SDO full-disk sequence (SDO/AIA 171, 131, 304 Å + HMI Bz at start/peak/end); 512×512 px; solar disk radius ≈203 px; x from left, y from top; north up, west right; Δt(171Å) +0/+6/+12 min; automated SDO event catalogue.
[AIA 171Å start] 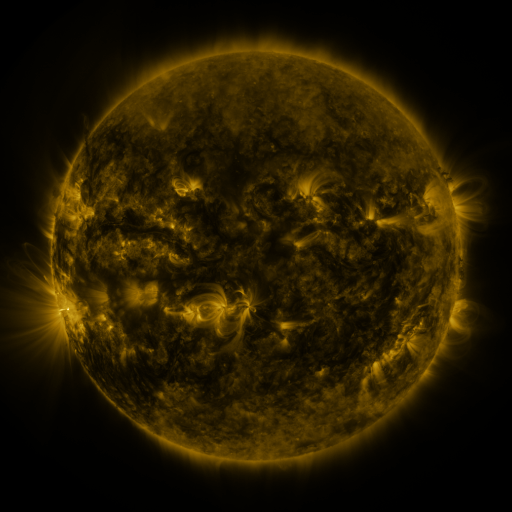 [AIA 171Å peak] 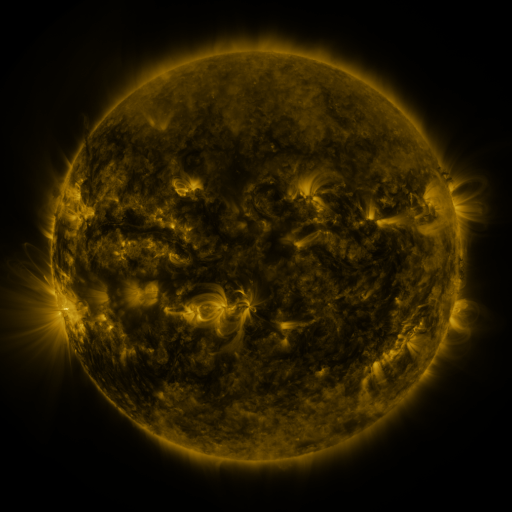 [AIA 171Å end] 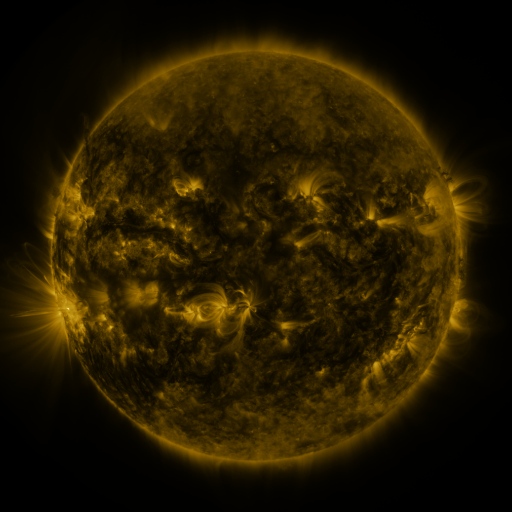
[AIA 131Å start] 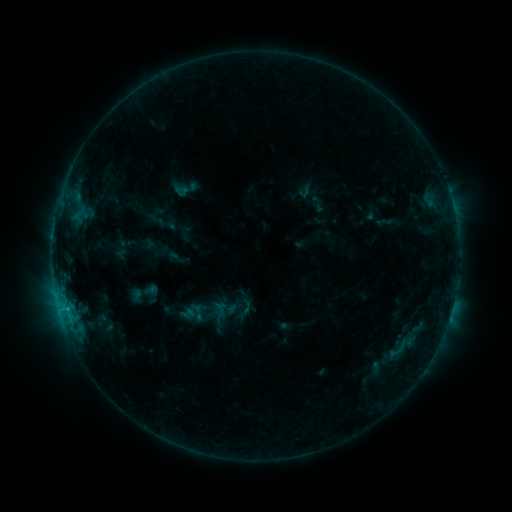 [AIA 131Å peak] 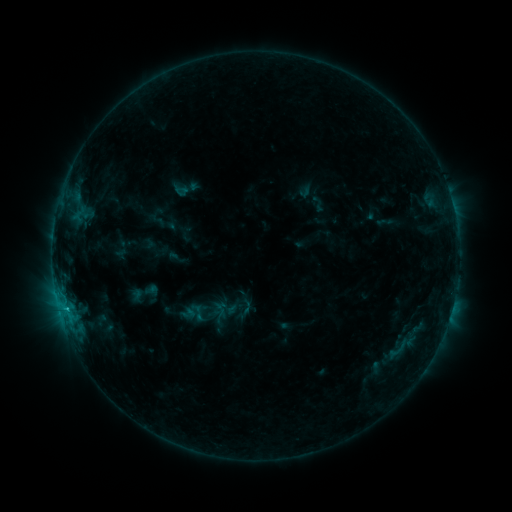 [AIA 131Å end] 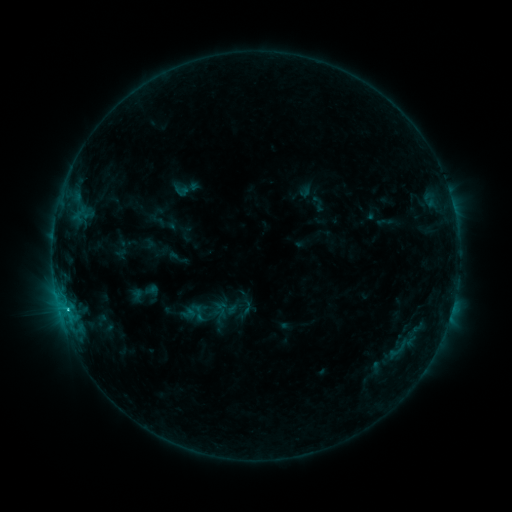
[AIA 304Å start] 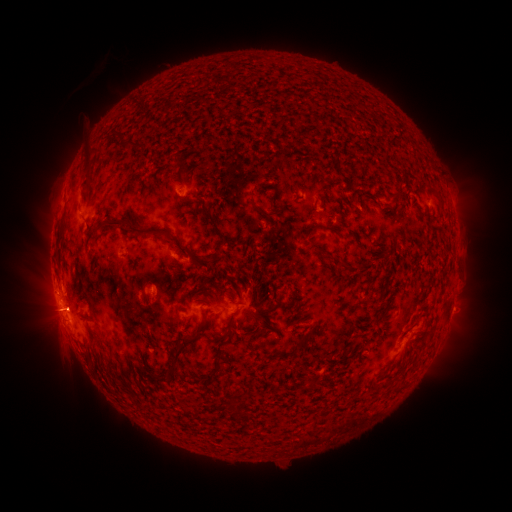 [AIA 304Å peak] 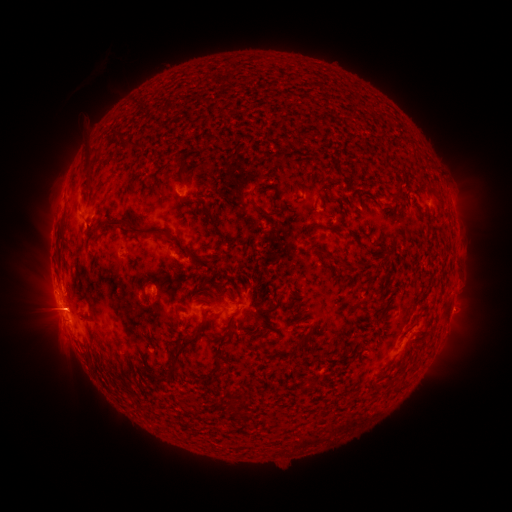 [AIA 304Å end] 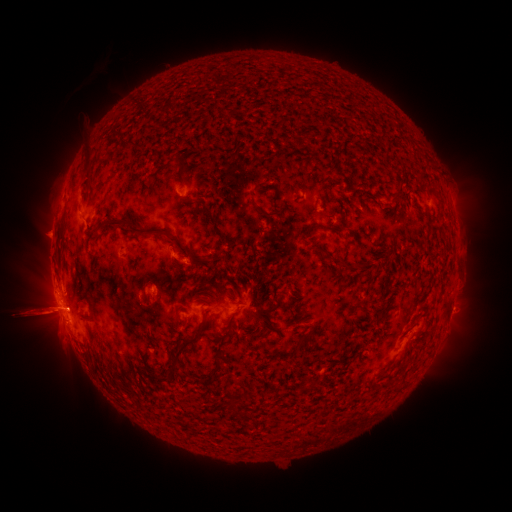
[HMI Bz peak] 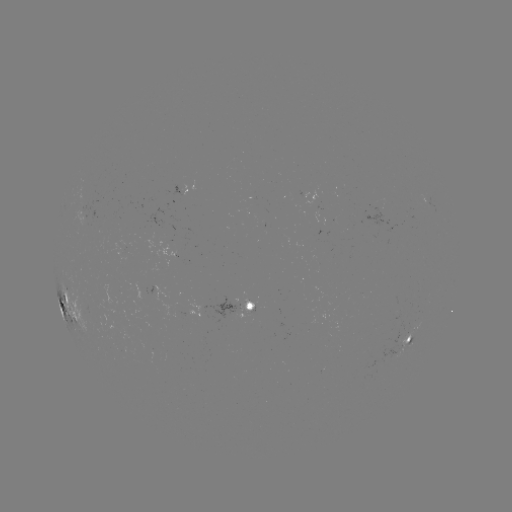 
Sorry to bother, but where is eruption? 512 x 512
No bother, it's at (482, 313).